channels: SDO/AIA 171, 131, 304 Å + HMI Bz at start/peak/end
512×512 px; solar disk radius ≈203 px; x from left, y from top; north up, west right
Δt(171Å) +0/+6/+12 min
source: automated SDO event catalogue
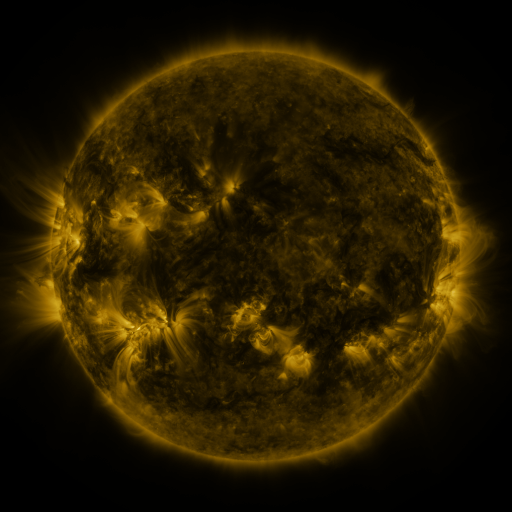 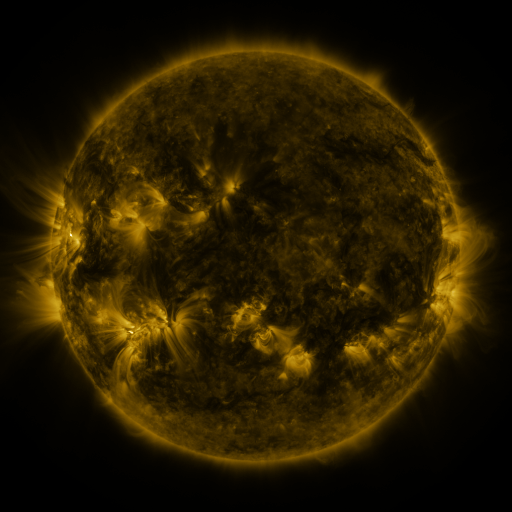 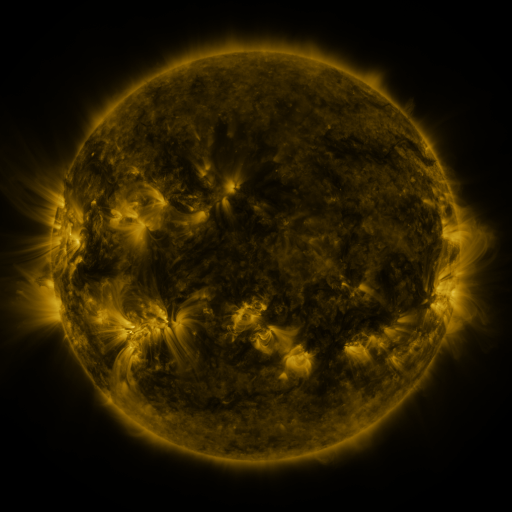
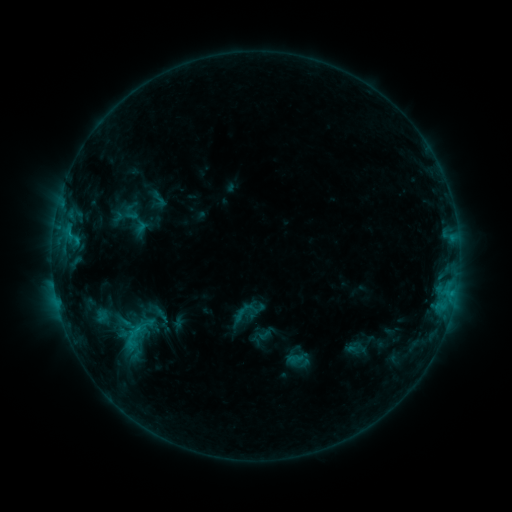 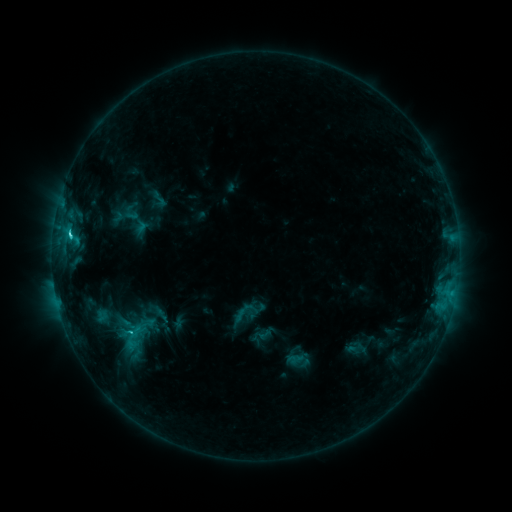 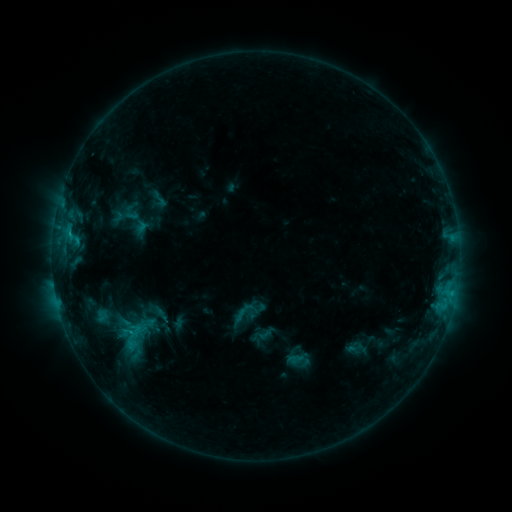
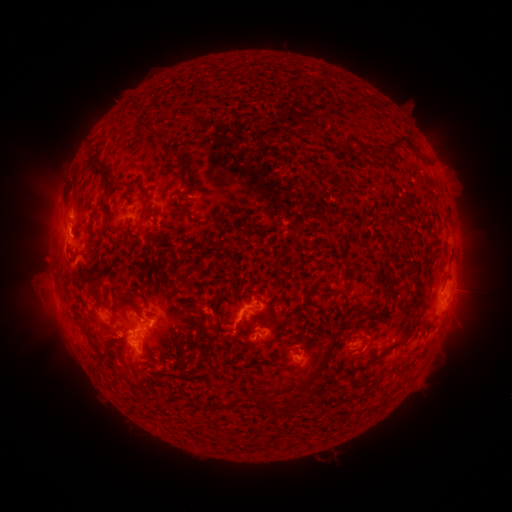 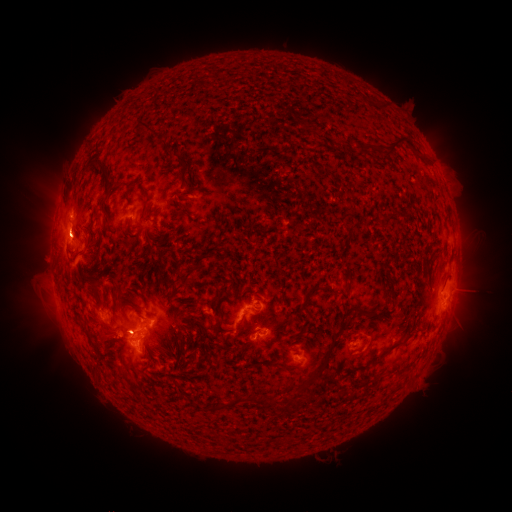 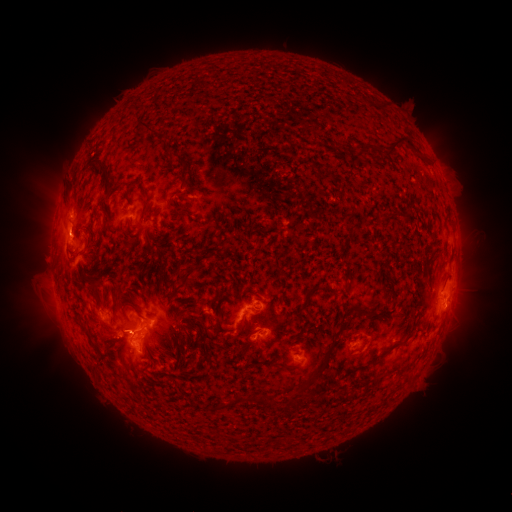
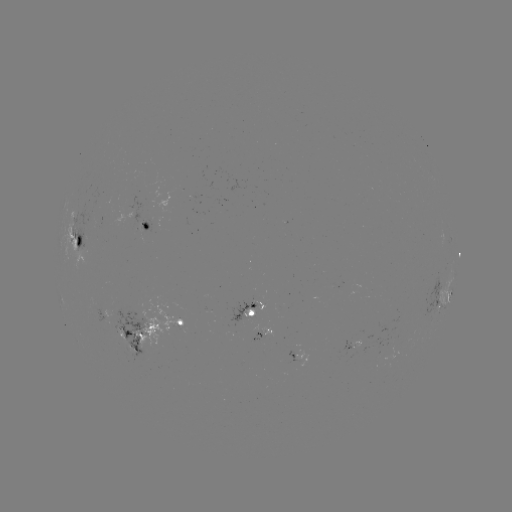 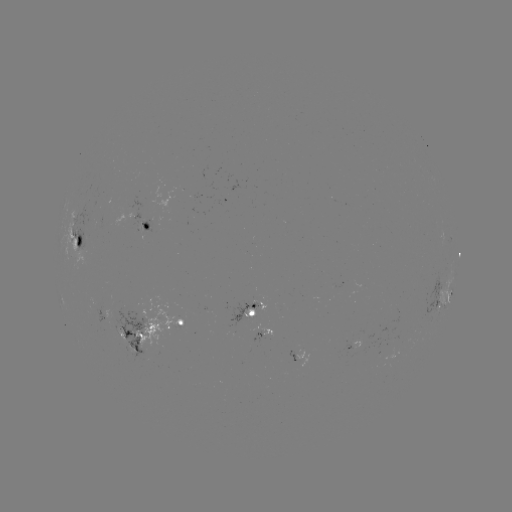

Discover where C2.5 flare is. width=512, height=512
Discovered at [72, 235].